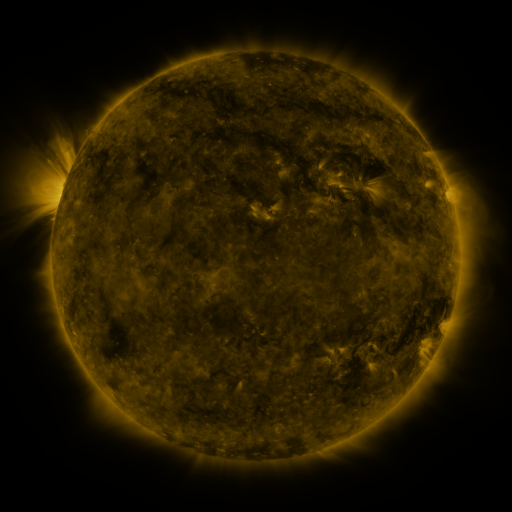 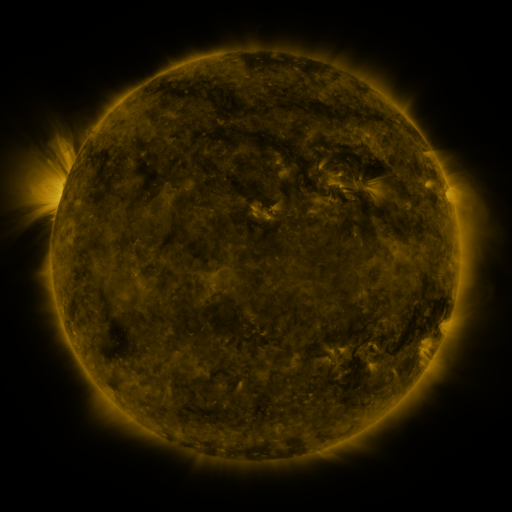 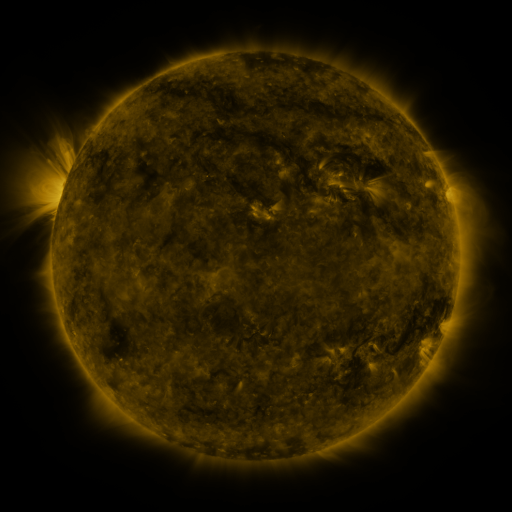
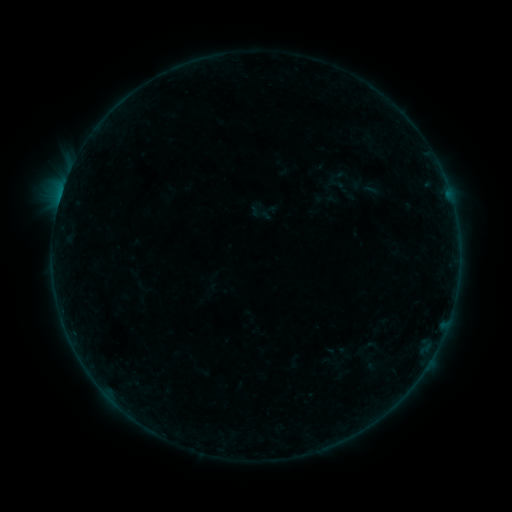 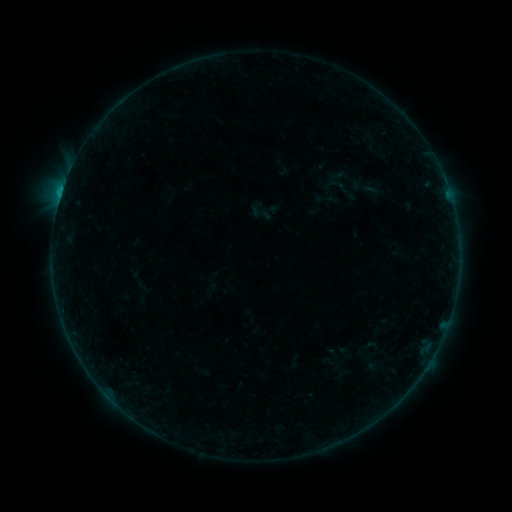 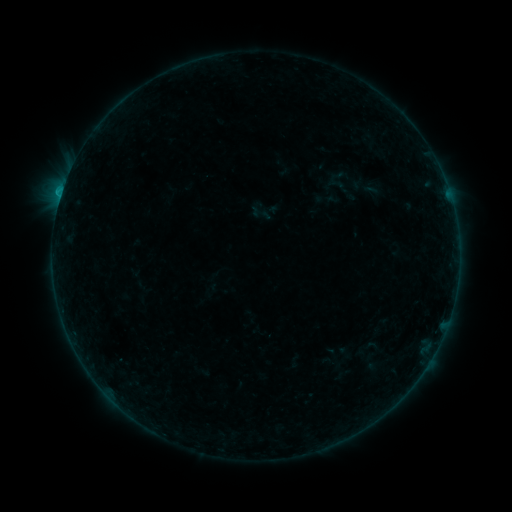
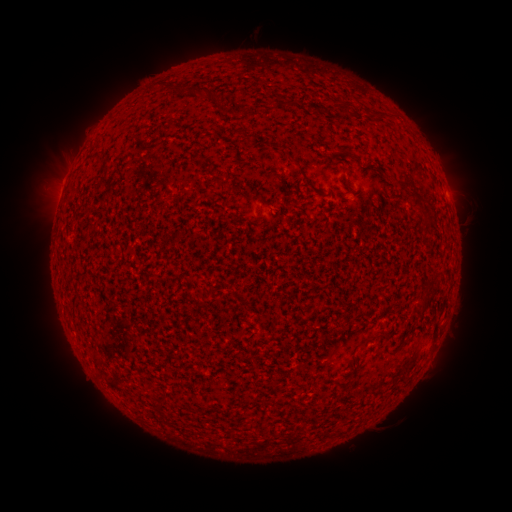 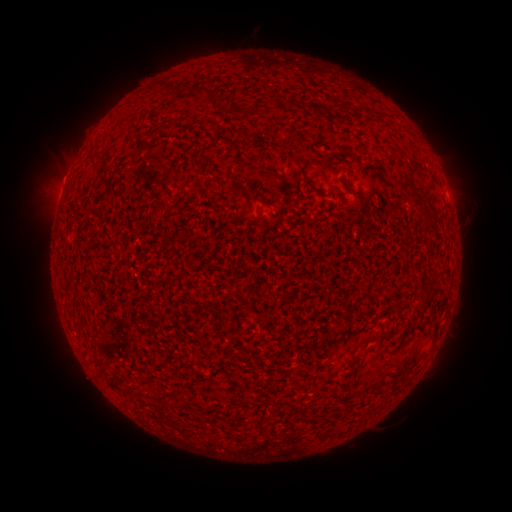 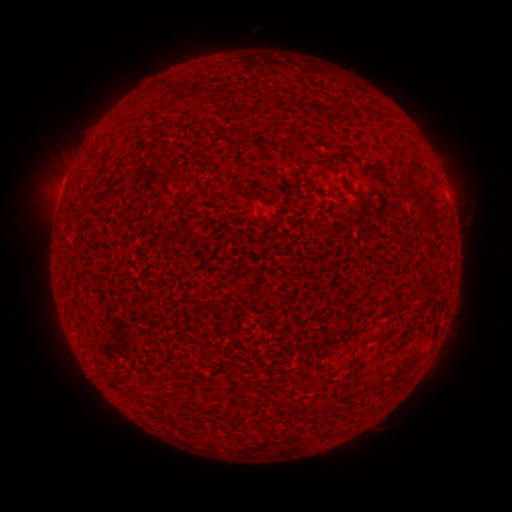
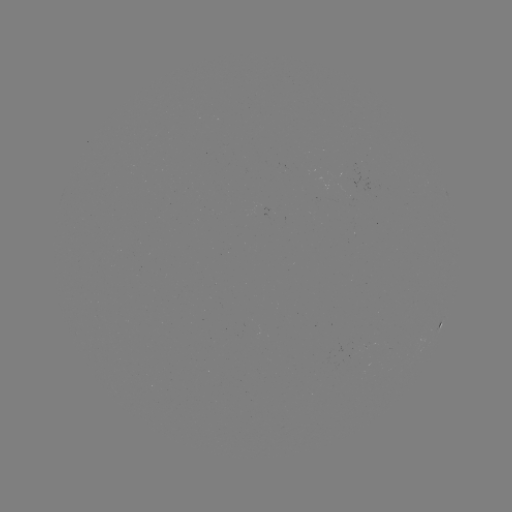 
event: flare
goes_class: B4.1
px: (62, 193)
